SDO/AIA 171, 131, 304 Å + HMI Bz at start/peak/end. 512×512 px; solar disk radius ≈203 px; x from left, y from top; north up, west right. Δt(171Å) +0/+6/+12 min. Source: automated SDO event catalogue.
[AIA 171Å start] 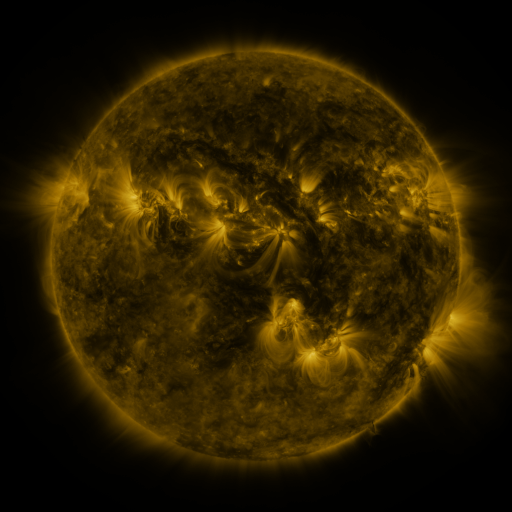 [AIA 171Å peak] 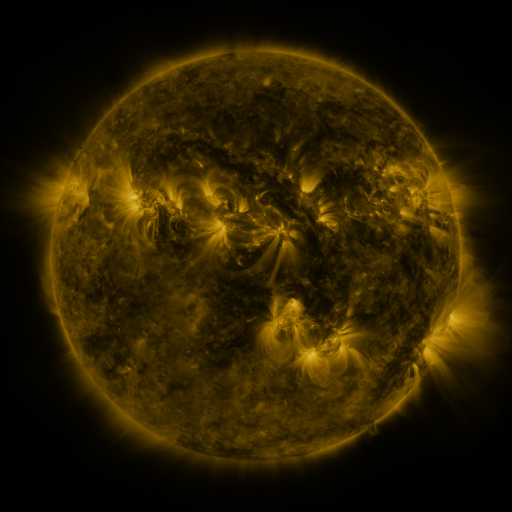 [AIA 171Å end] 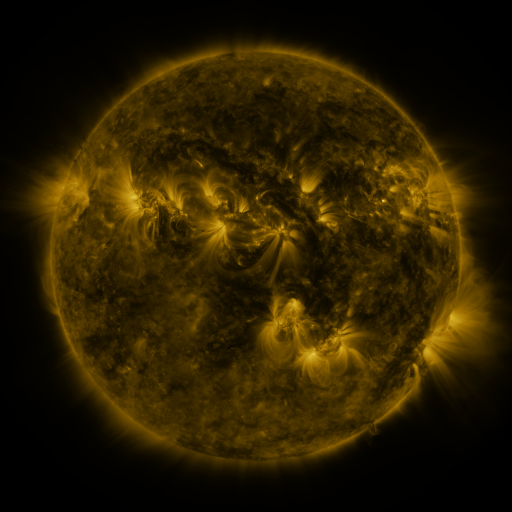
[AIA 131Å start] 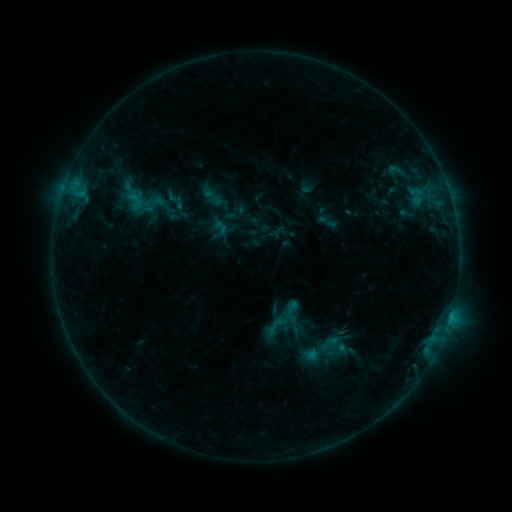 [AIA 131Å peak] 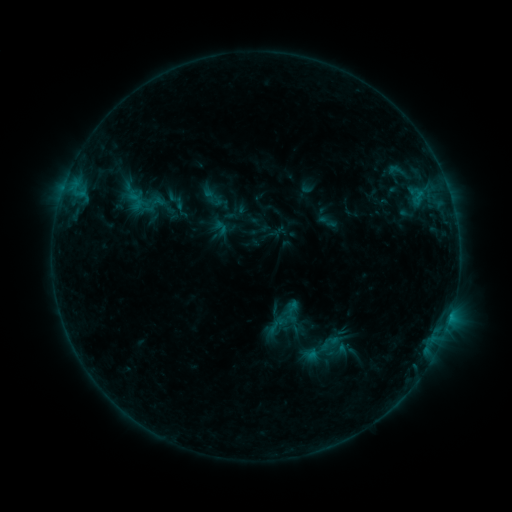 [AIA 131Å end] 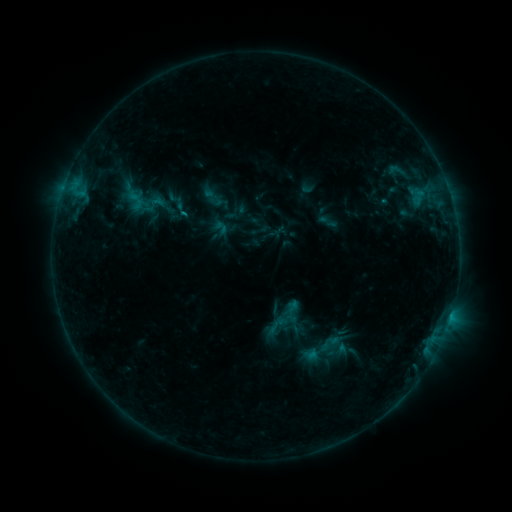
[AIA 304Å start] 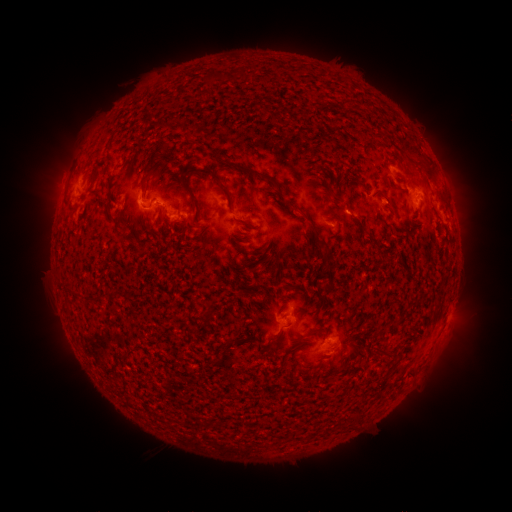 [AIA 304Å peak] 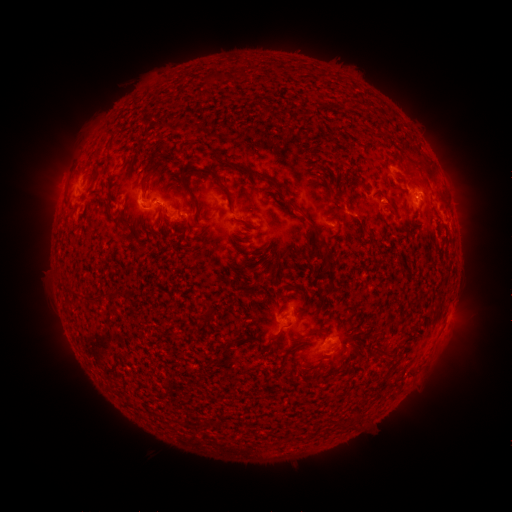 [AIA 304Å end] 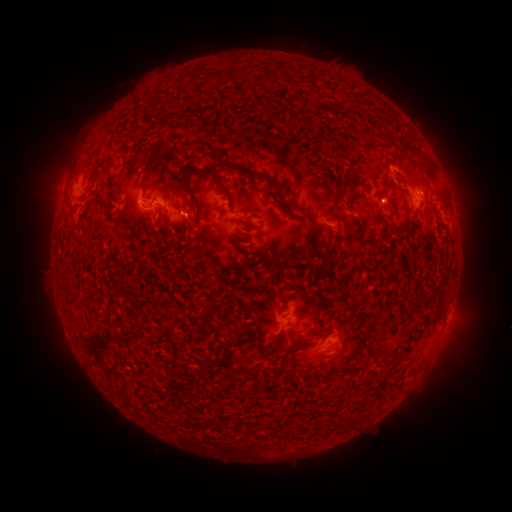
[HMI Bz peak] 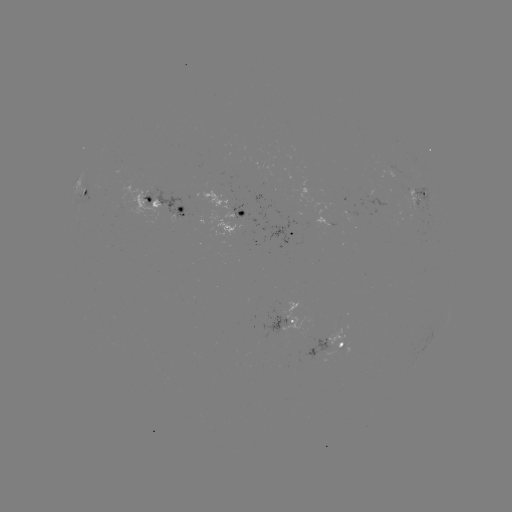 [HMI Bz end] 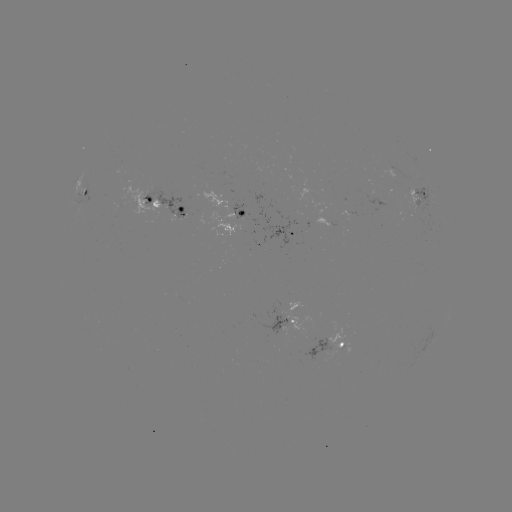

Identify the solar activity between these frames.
B7.1 flare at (420, 196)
